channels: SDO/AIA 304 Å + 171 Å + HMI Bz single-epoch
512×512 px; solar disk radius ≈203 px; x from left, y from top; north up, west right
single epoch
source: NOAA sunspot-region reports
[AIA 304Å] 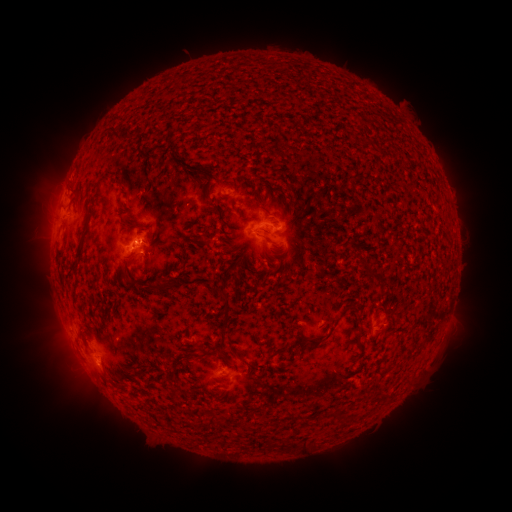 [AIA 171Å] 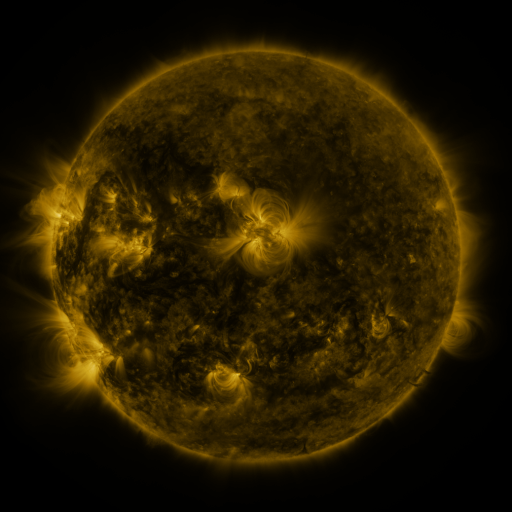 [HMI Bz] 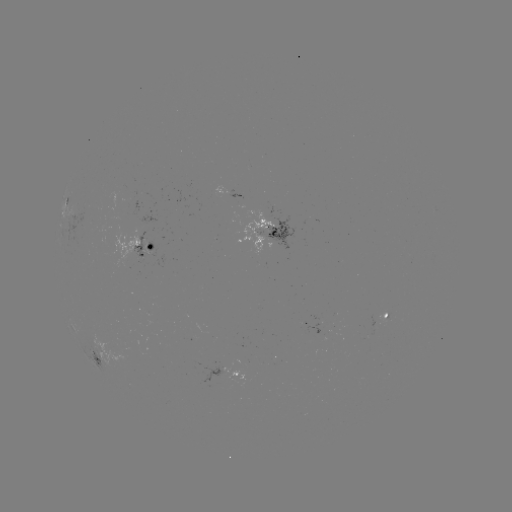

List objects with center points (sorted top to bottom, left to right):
spotted active region: (236, 195)
spotted active region: (65, 200)
spotted active region: (276, 226)
spotted active region: (148, 248)
spotted active region: (372, 317)
spotted active region: (96, 353)
spotted active region: (240, 375)
